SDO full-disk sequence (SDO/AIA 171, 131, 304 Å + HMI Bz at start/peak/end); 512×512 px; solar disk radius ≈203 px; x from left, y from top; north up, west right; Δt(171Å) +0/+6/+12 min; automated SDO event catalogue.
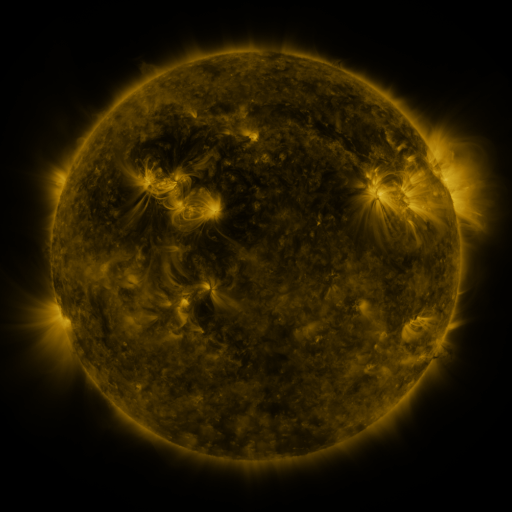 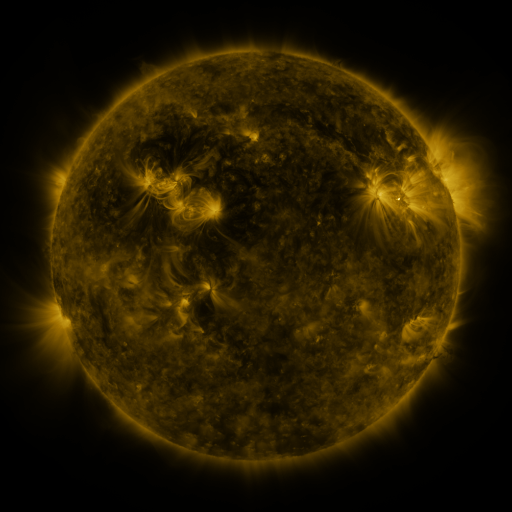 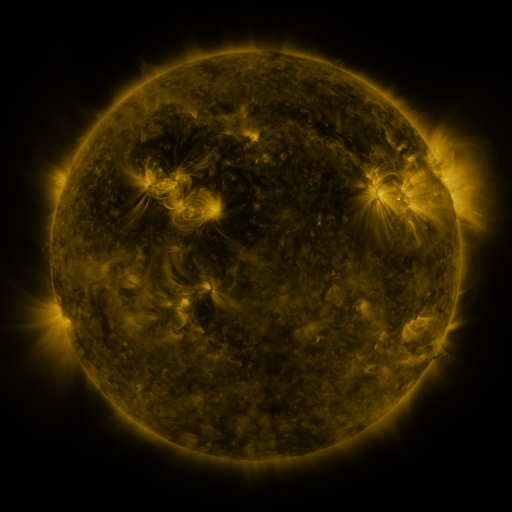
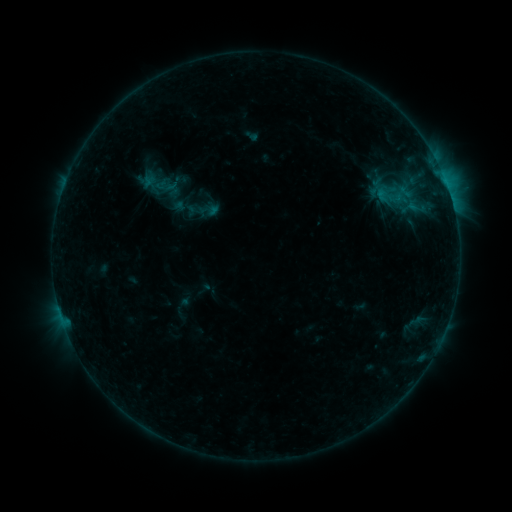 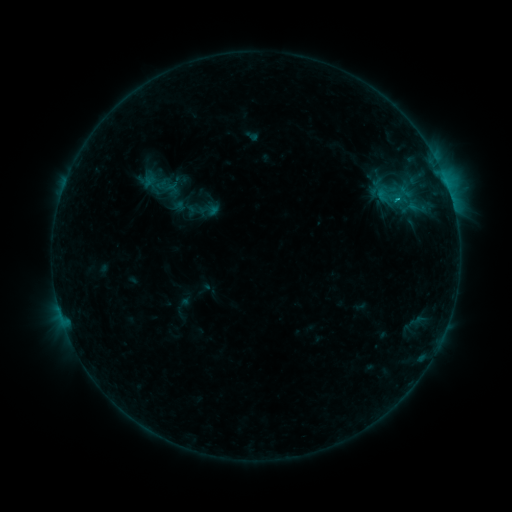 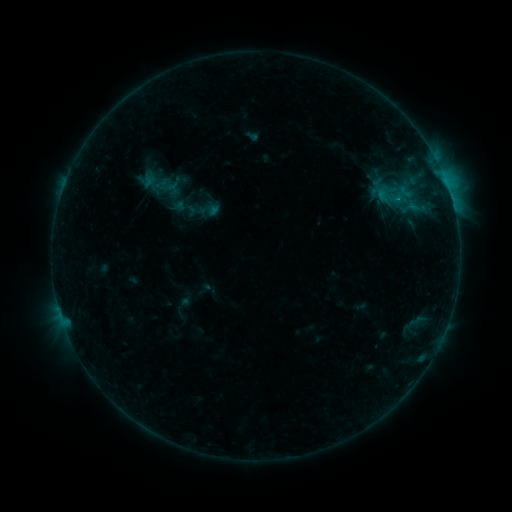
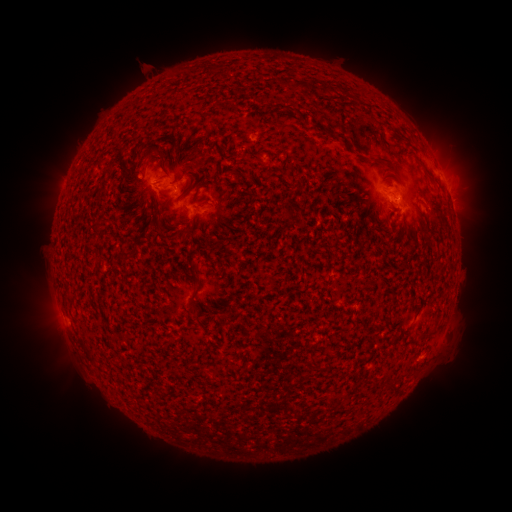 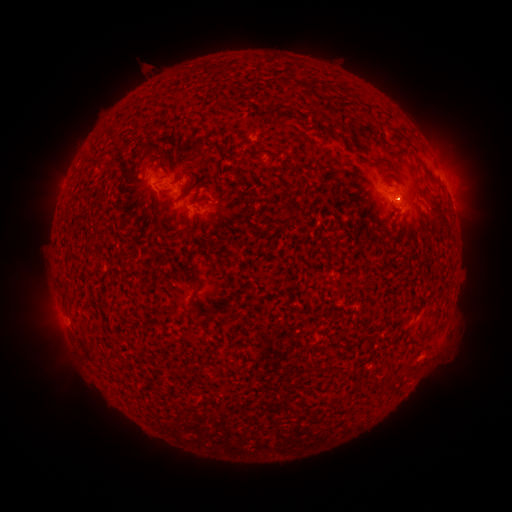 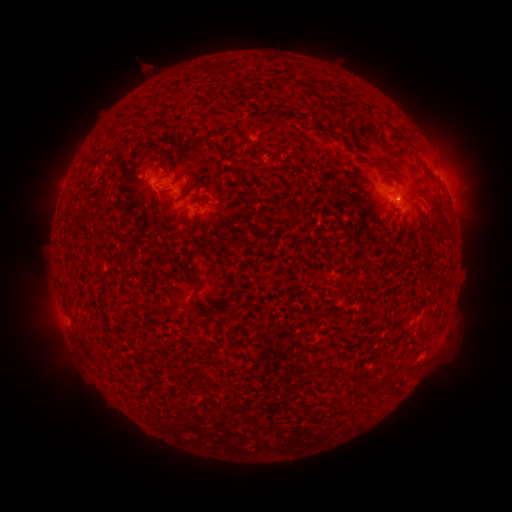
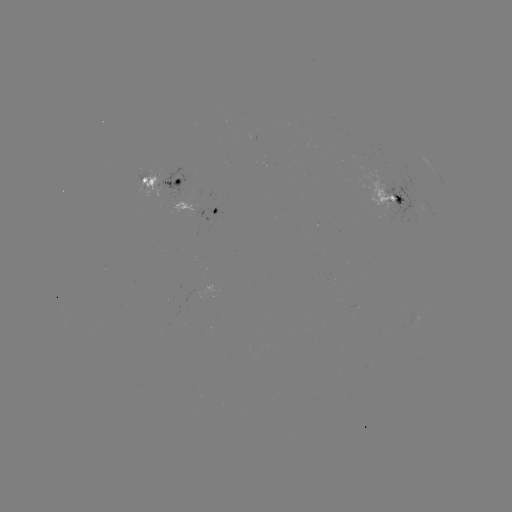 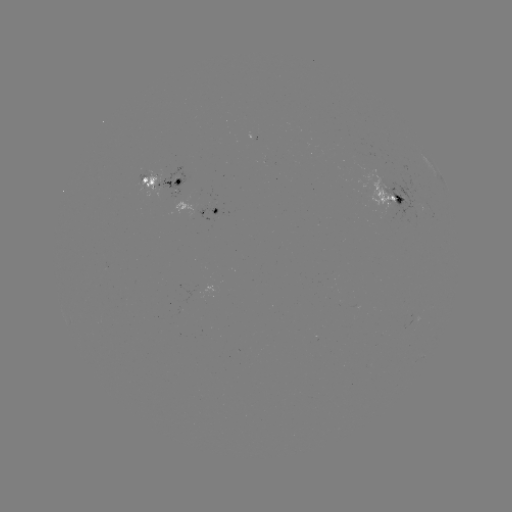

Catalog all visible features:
B7.1 flare: (399, 200)
